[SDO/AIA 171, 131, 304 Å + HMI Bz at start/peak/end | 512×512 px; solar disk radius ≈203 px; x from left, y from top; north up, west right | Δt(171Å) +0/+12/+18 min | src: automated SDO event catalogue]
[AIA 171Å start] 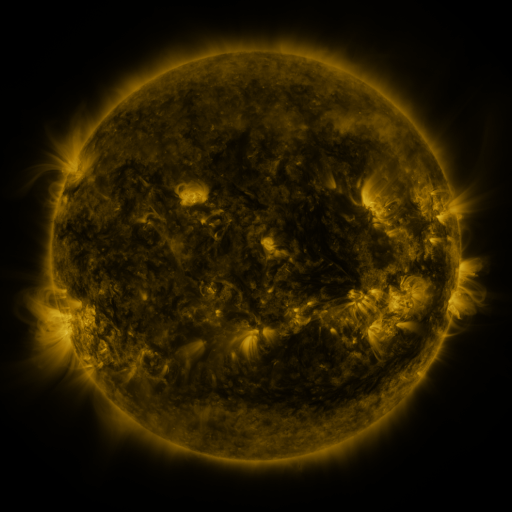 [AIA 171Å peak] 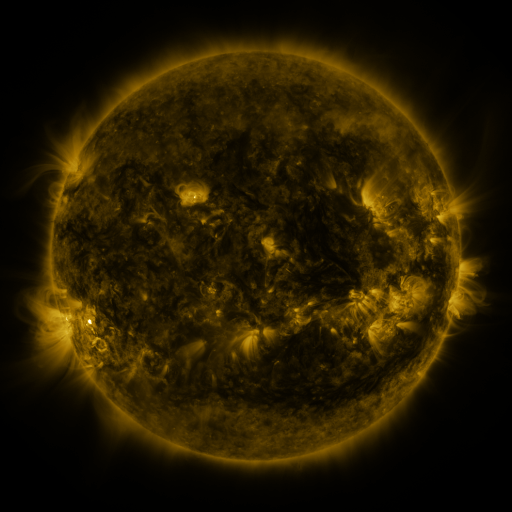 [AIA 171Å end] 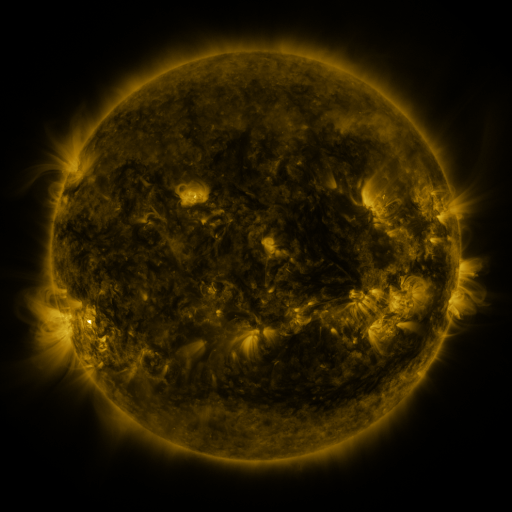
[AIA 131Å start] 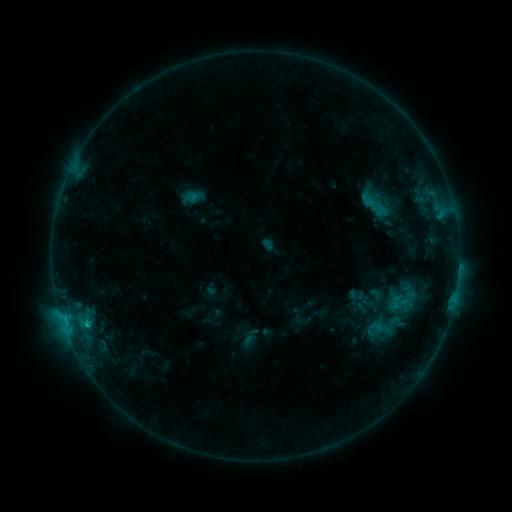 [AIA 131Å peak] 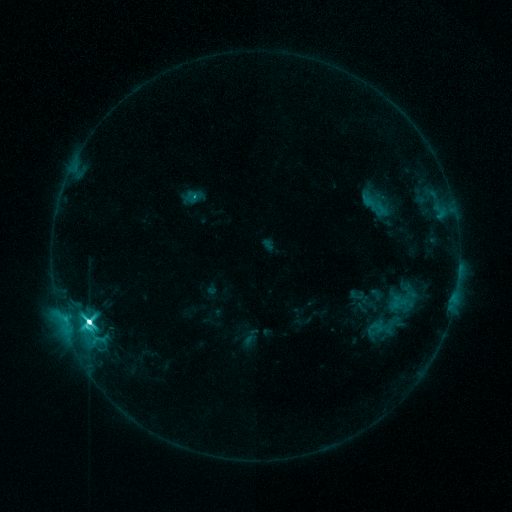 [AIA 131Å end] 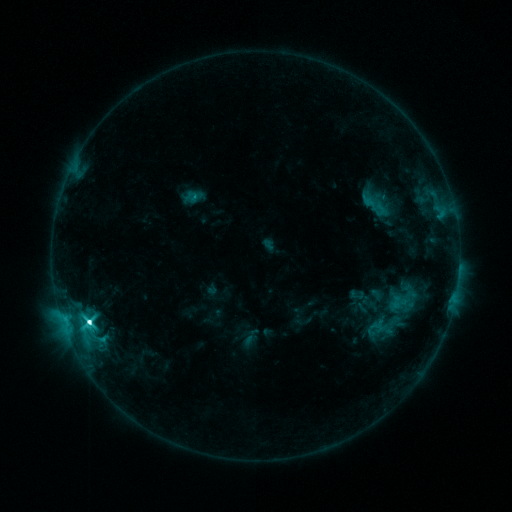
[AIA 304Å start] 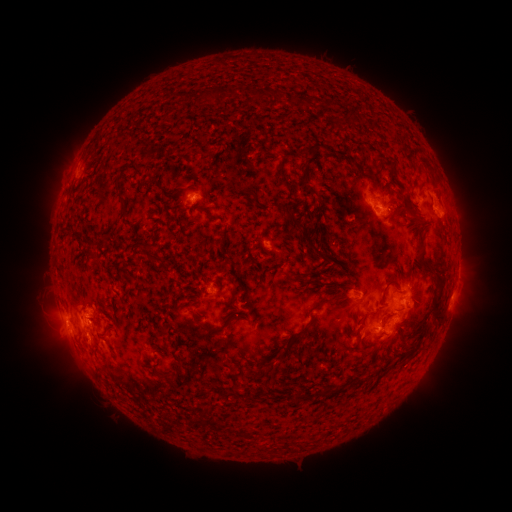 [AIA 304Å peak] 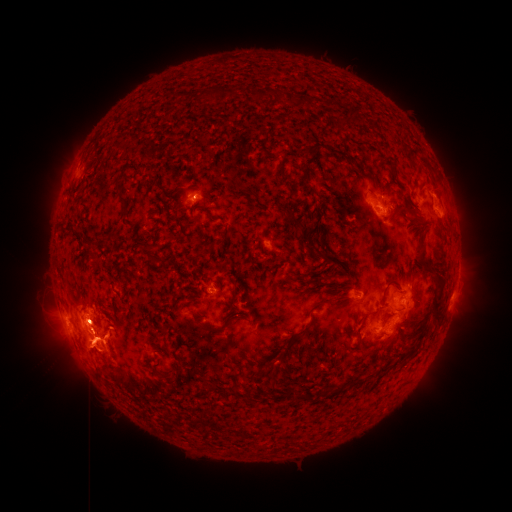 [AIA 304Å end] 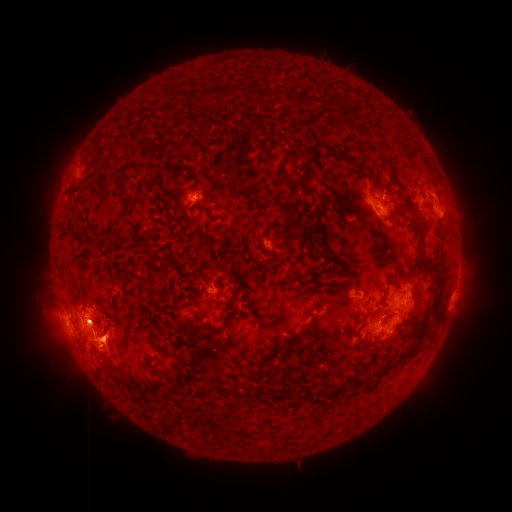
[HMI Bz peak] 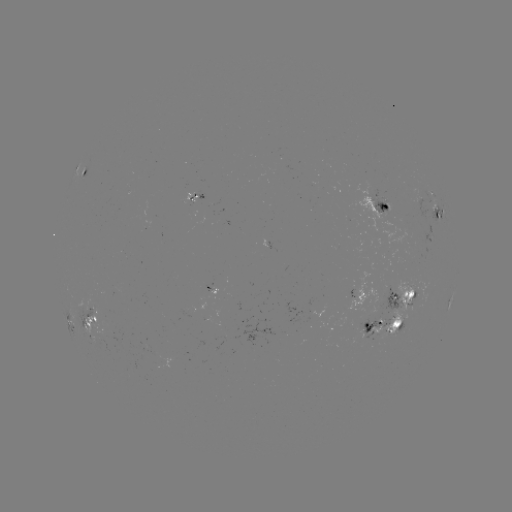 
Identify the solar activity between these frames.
eruption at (166, 346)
